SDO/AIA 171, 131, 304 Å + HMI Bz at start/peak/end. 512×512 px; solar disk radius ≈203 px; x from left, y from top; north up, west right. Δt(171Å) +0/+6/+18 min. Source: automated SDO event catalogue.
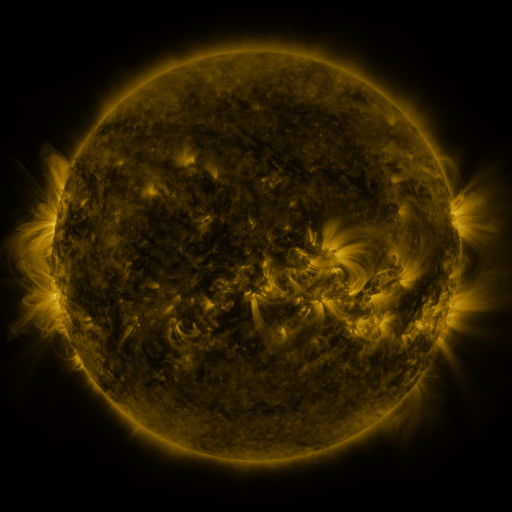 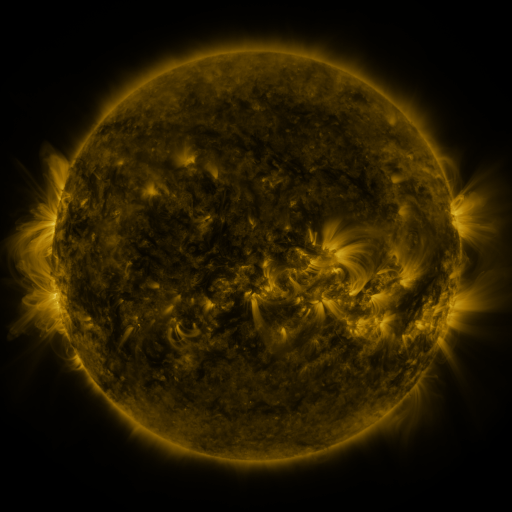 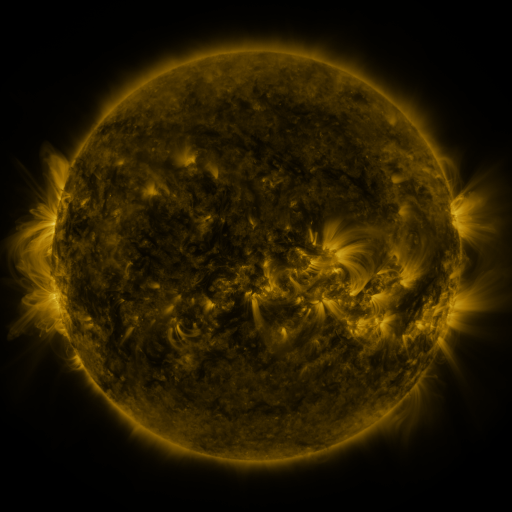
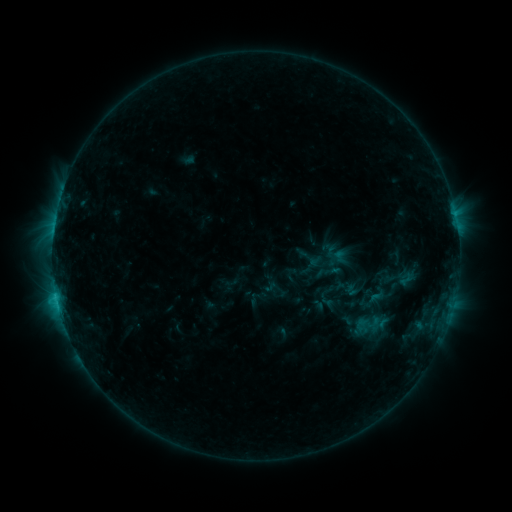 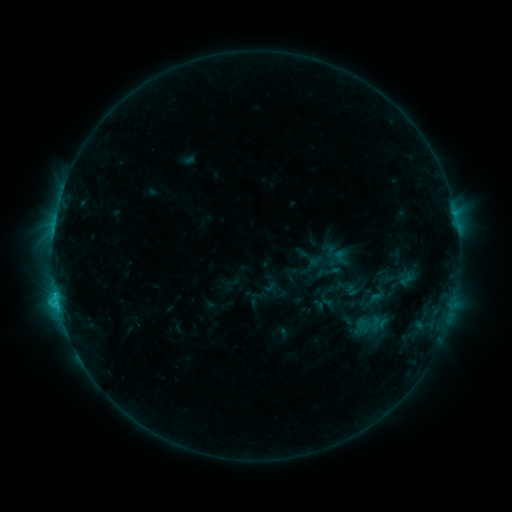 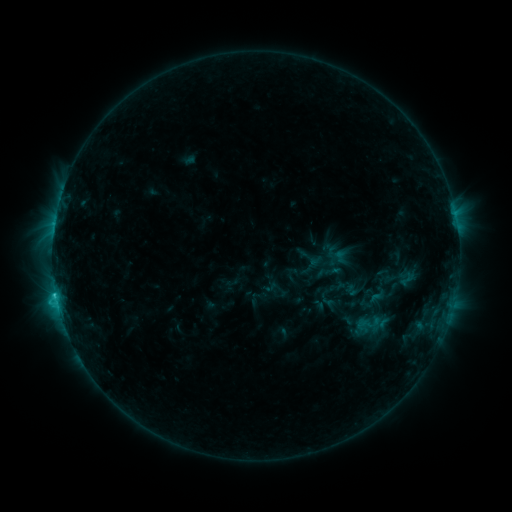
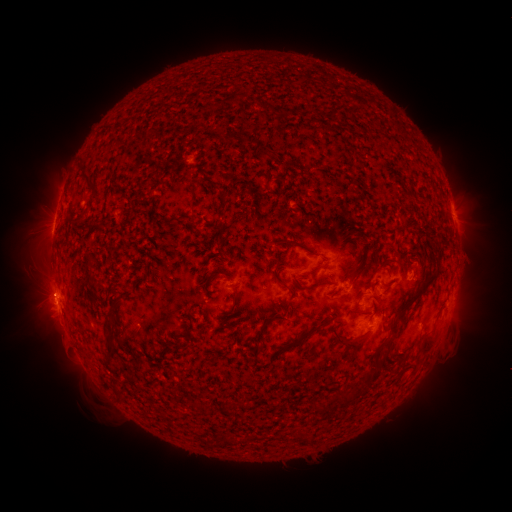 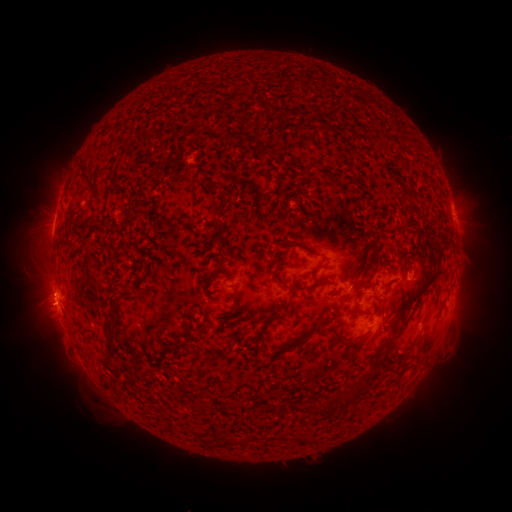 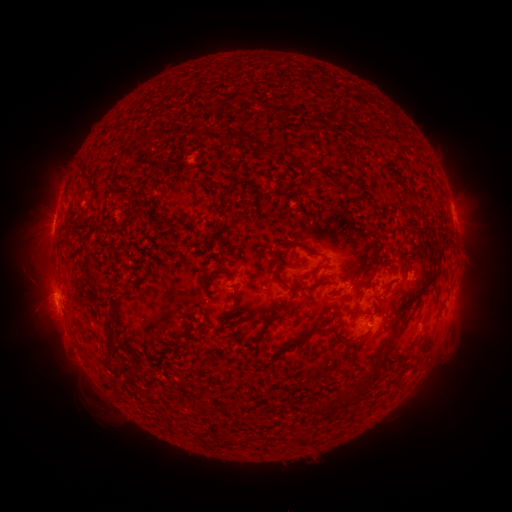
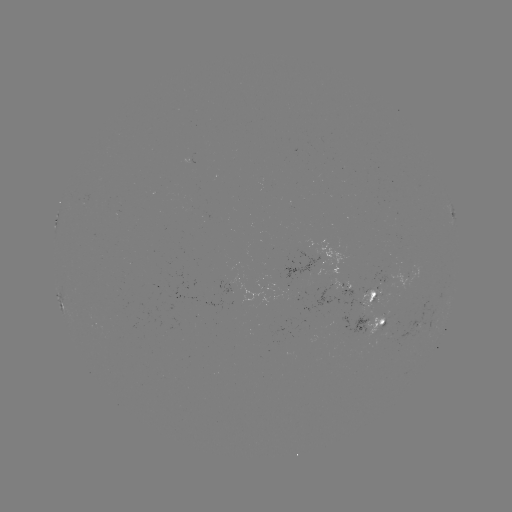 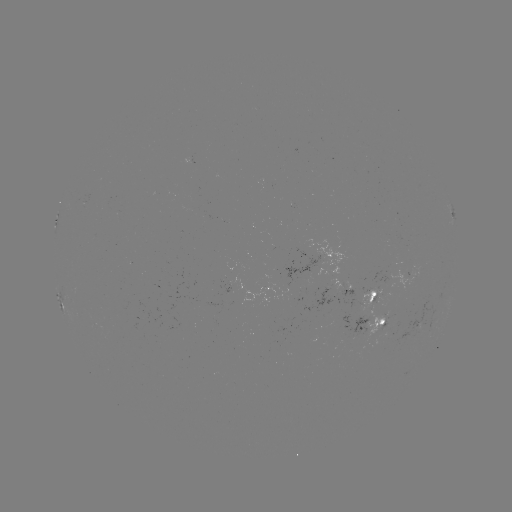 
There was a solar eruption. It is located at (45, 293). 